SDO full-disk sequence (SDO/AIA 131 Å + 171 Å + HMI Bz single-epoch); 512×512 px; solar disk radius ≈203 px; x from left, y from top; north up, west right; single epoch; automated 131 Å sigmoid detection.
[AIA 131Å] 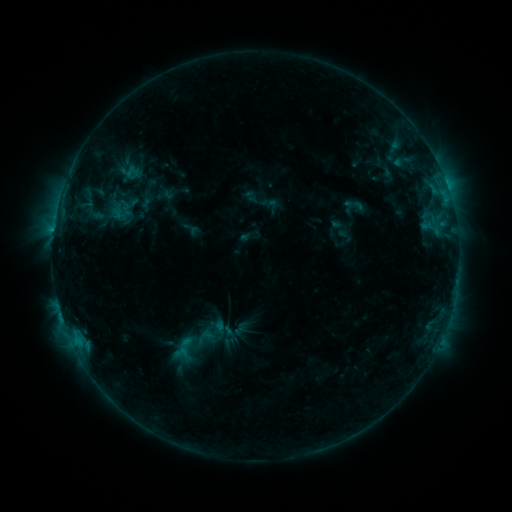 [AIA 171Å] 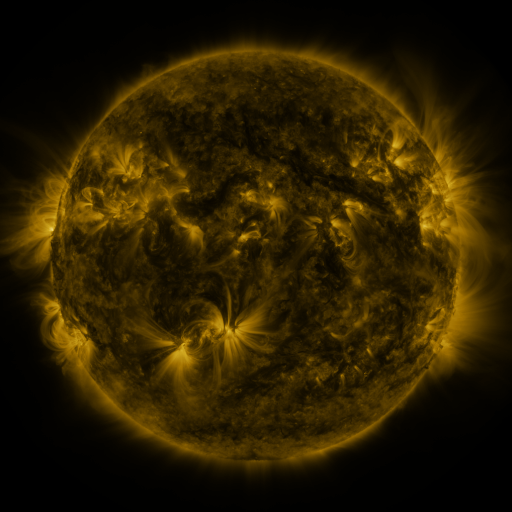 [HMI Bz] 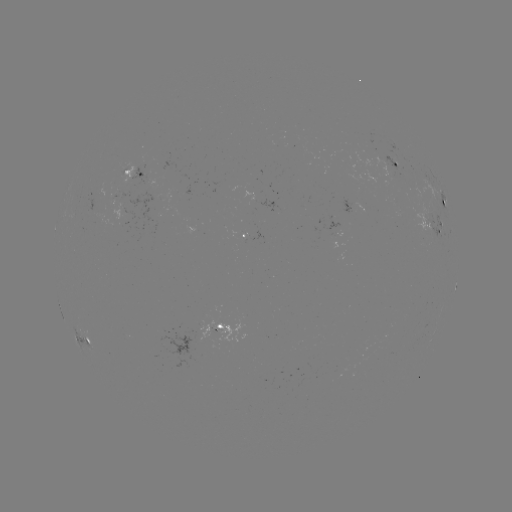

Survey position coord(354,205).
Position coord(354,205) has sigmoid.